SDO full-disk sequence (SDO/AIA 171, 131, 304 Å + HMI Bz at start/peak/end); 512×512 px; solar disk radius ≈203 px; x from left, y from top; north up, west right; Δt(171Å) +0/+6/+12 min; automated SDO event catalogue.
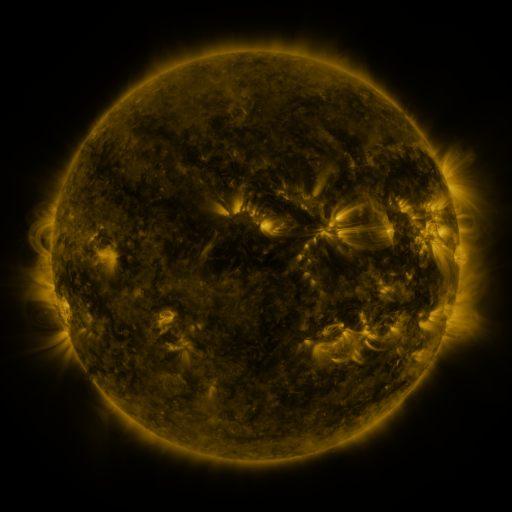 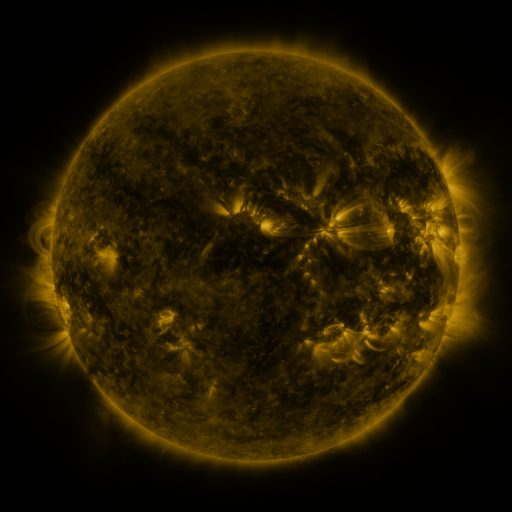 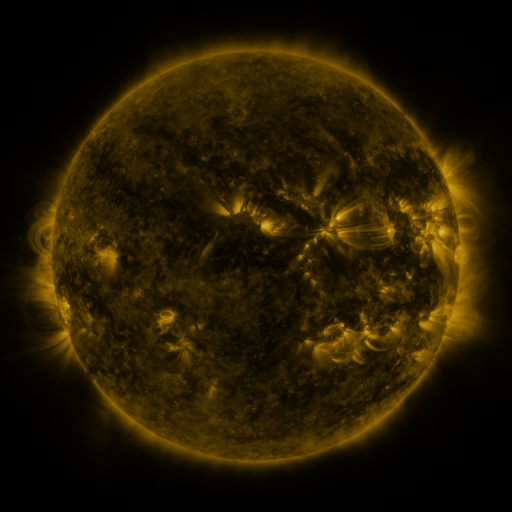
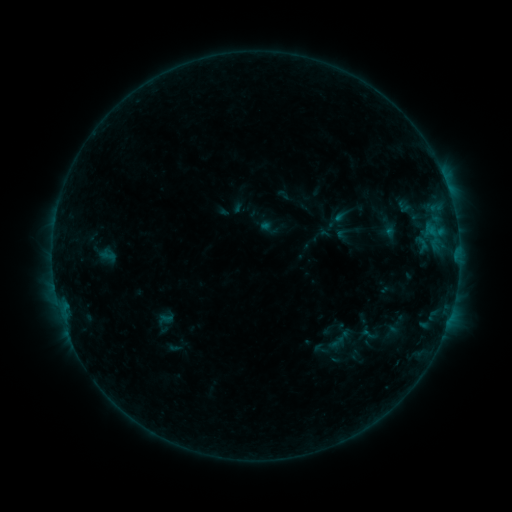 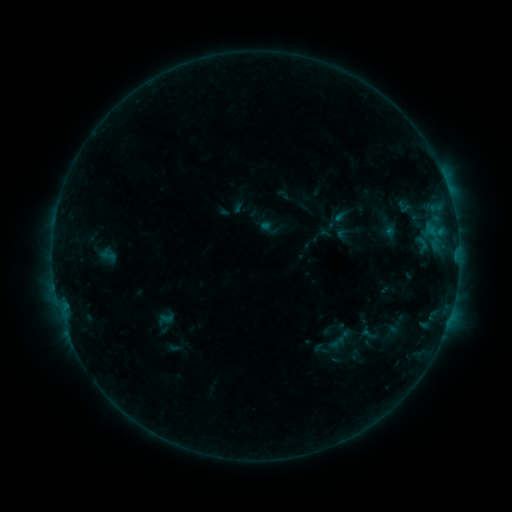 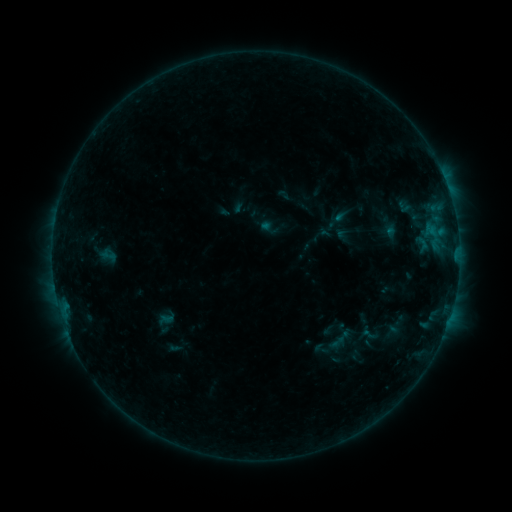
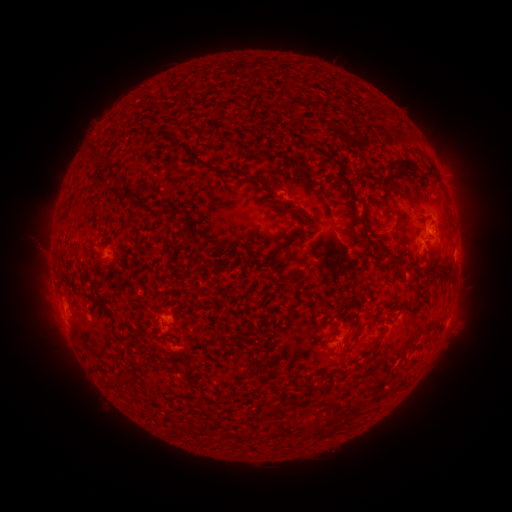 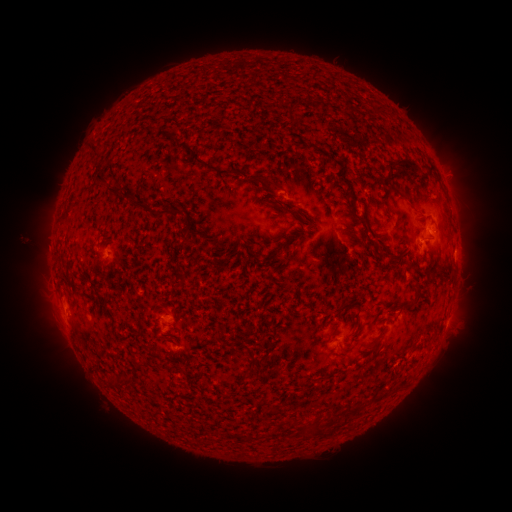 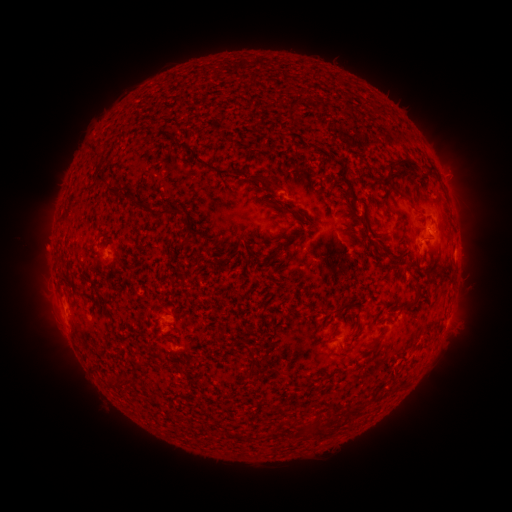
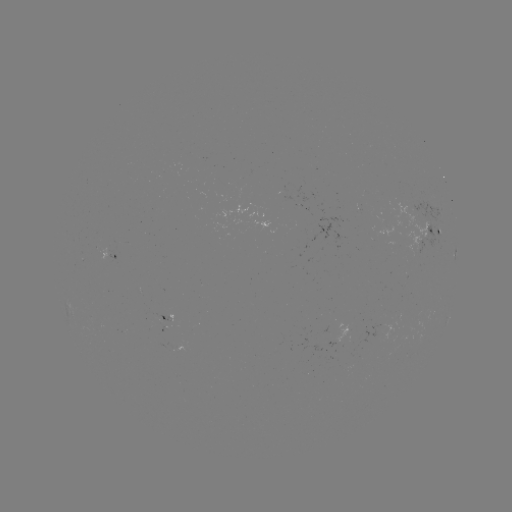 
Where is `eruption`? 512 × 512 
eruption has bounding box [14, 223, 68, 274].